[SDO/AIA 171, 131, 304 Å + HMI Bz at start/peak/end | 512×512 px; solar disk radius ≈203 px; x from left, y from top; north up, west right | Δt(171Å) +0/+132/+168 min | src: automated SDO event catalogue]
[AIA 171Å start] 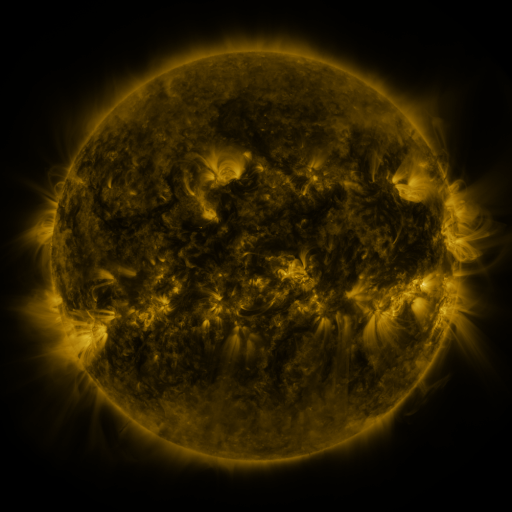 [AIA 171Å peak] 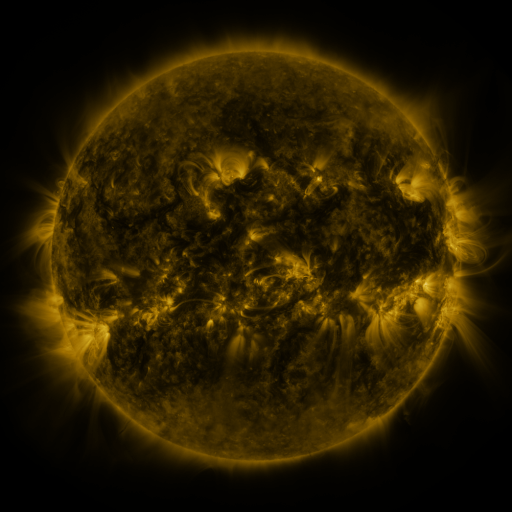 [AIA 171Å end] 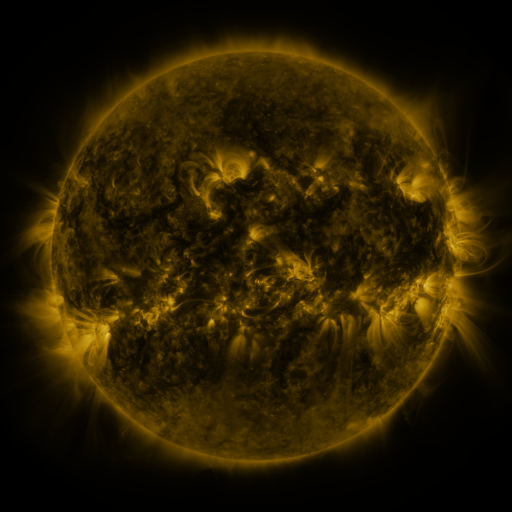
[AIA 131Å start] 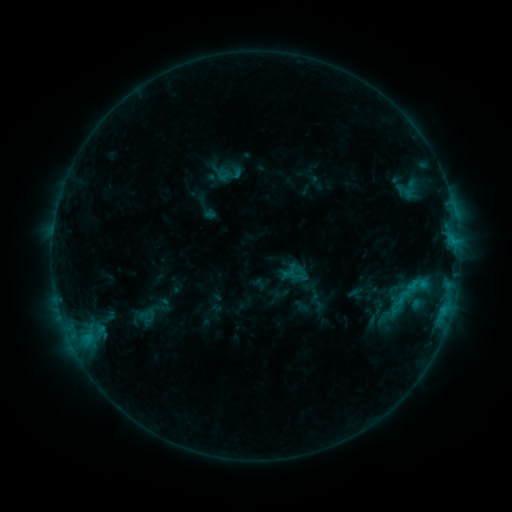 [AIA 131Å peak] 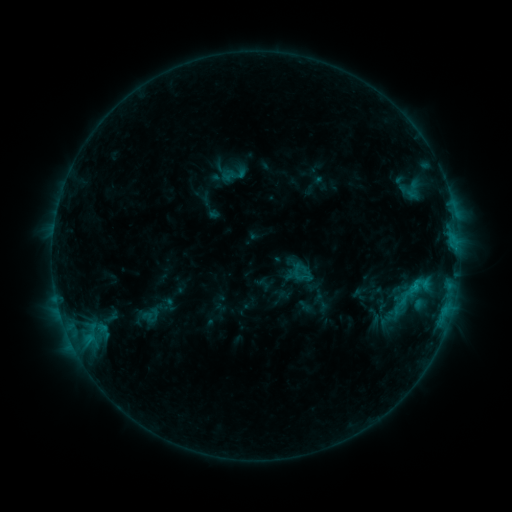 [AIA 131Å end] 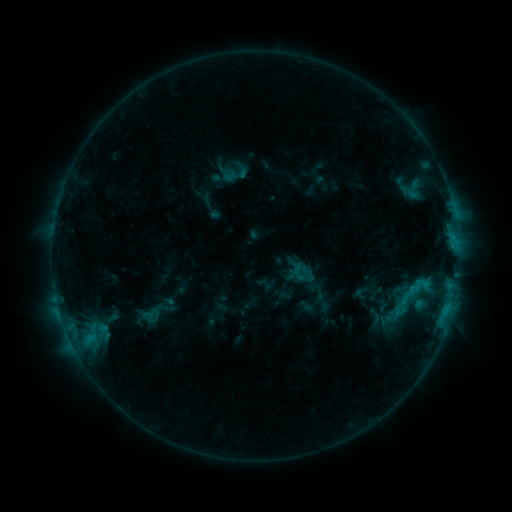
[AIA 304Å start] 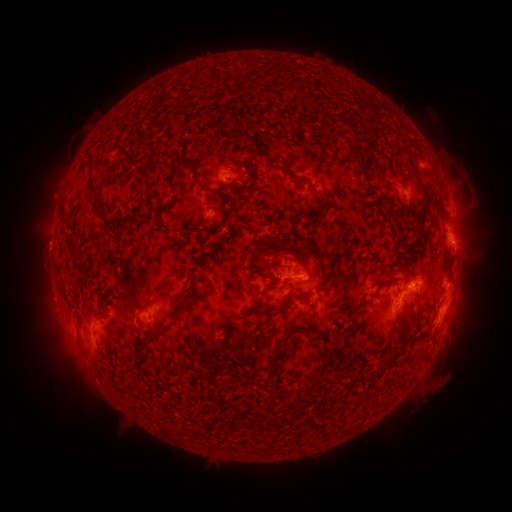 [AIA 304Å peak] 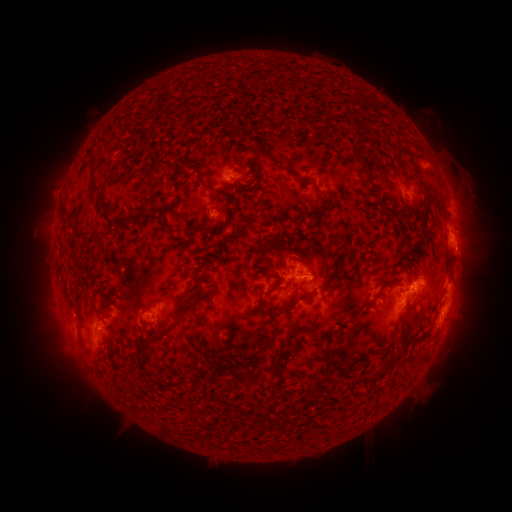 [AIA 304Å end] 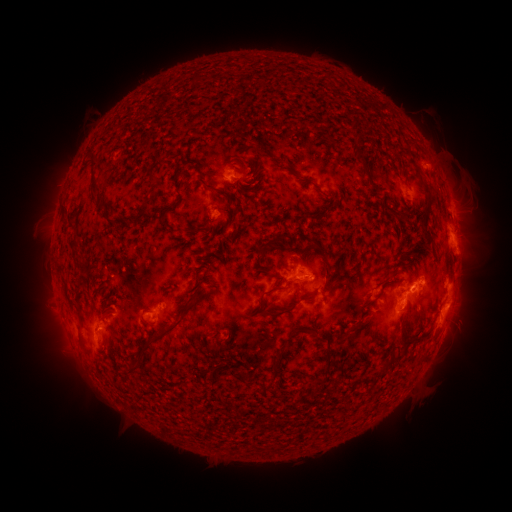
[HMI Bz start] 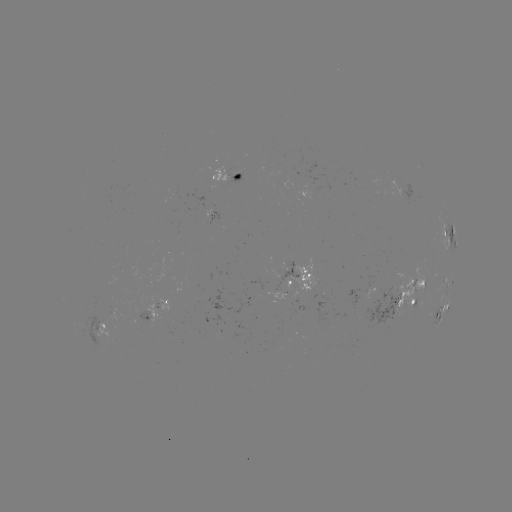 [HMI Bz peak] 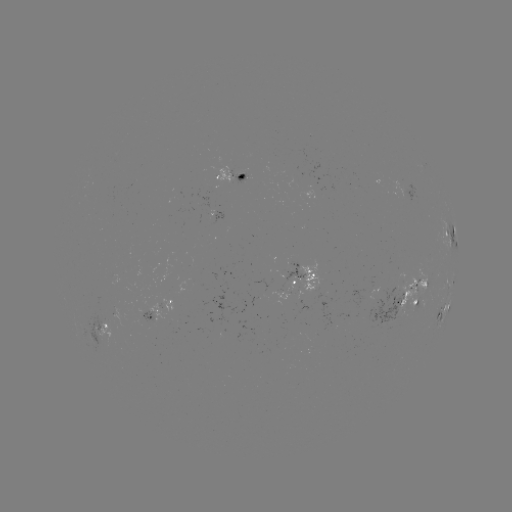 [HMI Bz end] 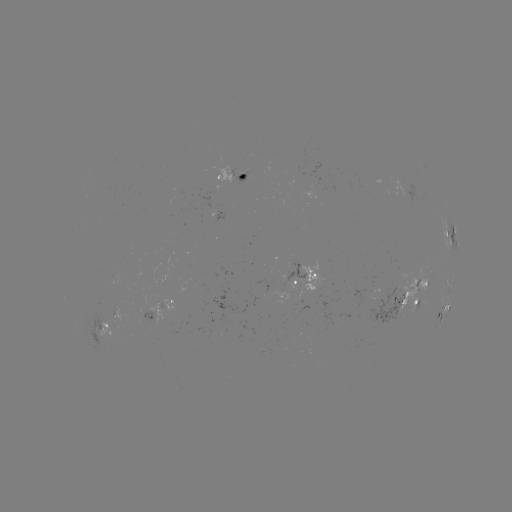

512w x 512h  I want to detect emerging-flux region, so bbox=[233, 166, 247, 175].